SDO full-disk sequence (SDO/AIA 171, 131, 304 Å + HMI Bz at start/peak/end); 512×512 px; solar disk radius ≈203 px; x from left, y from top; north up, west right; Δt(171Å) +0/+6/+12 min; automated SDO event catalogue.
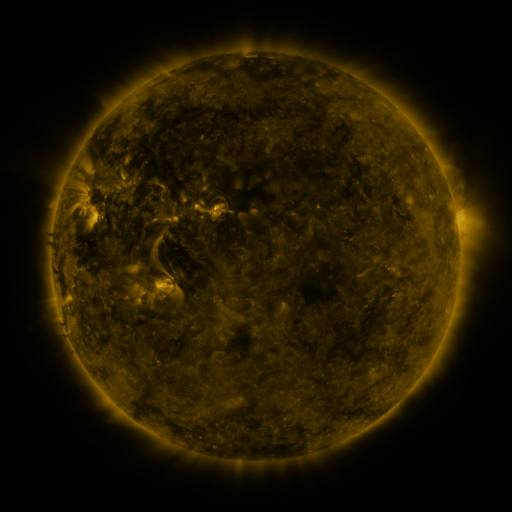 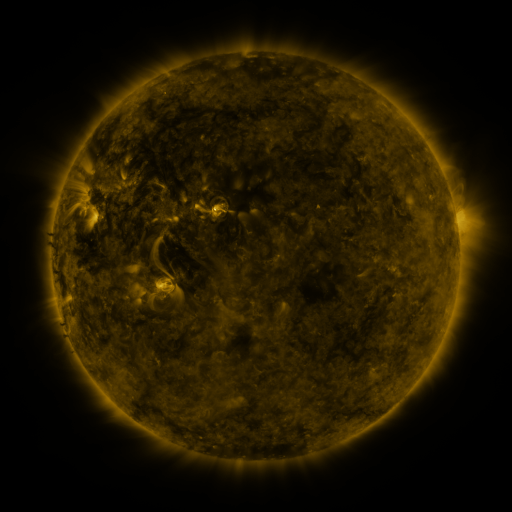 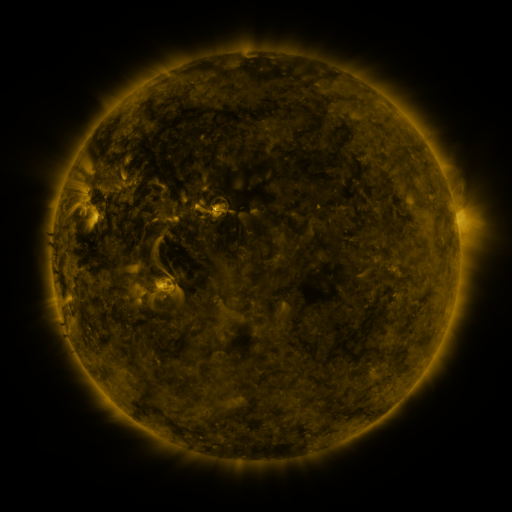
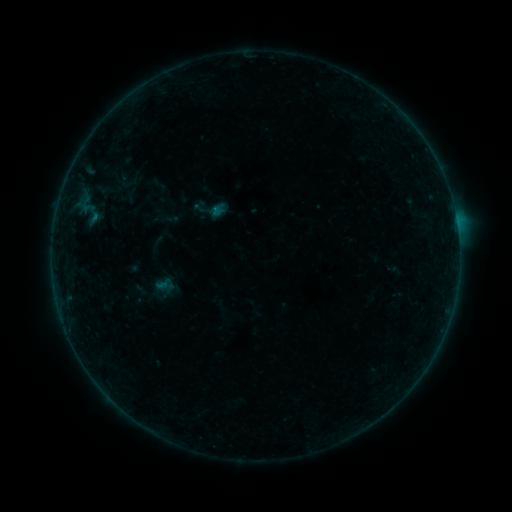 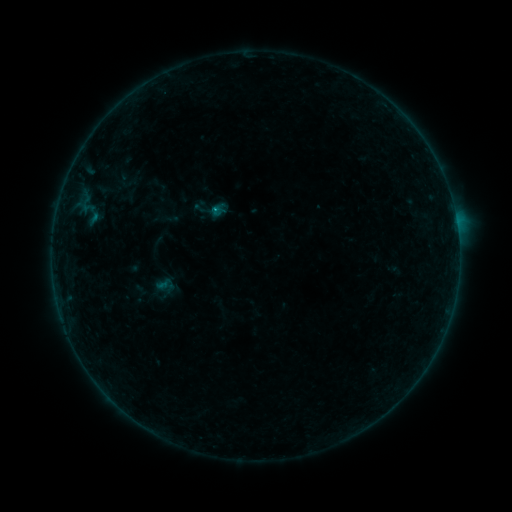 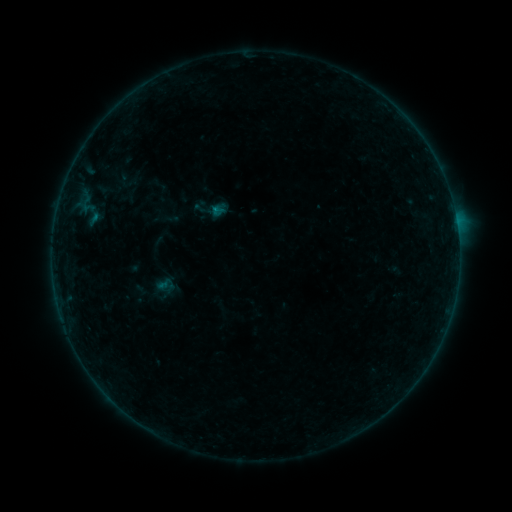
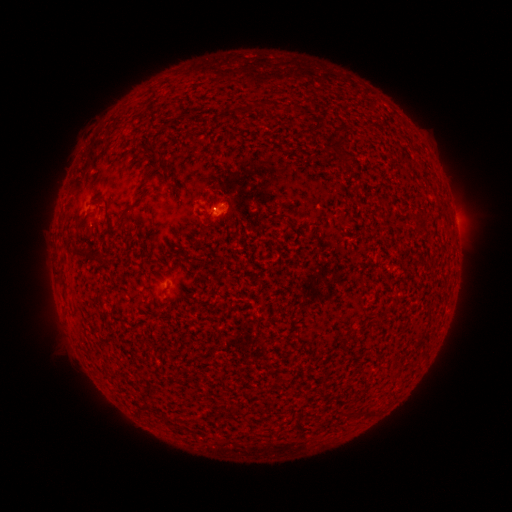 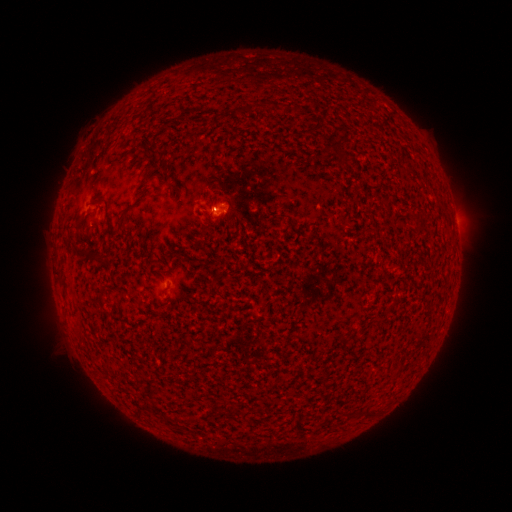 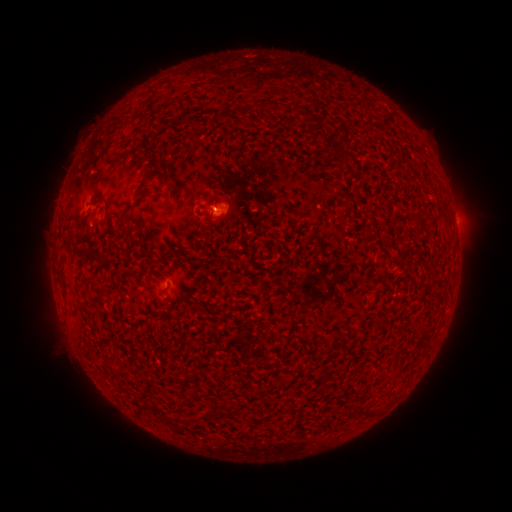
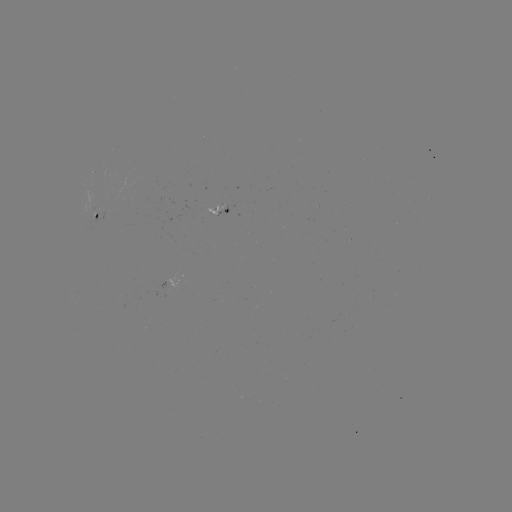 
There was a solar flare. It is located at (218, 210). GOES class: B1.6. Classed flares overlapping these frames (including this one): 1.